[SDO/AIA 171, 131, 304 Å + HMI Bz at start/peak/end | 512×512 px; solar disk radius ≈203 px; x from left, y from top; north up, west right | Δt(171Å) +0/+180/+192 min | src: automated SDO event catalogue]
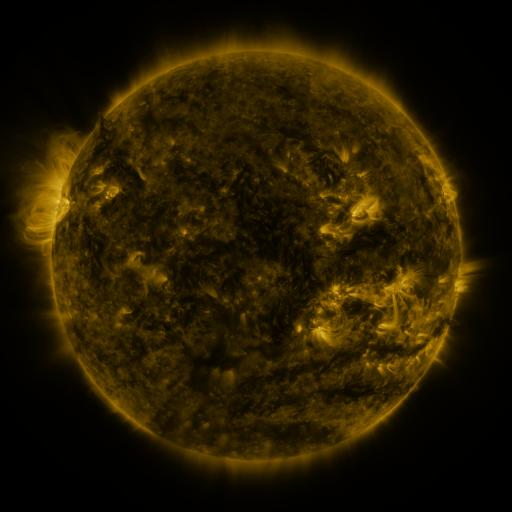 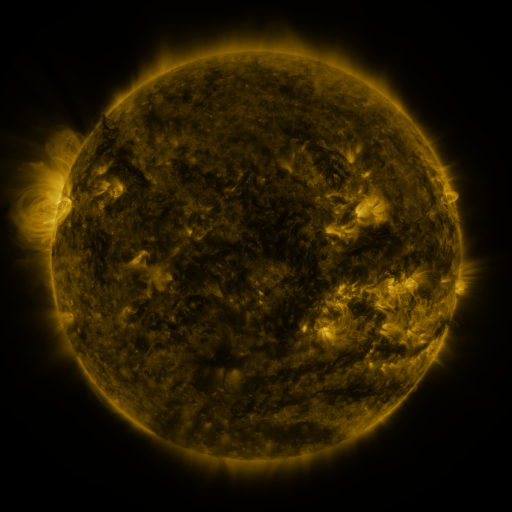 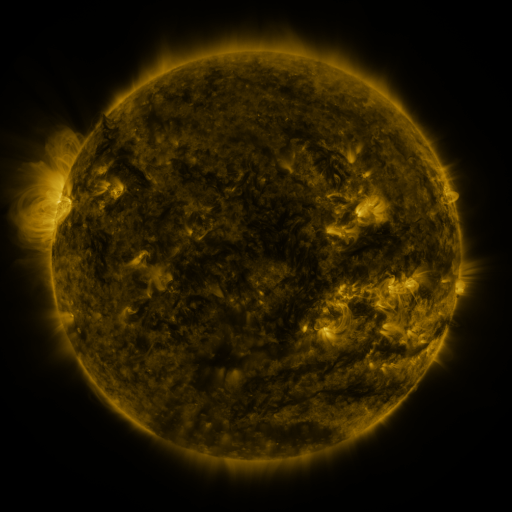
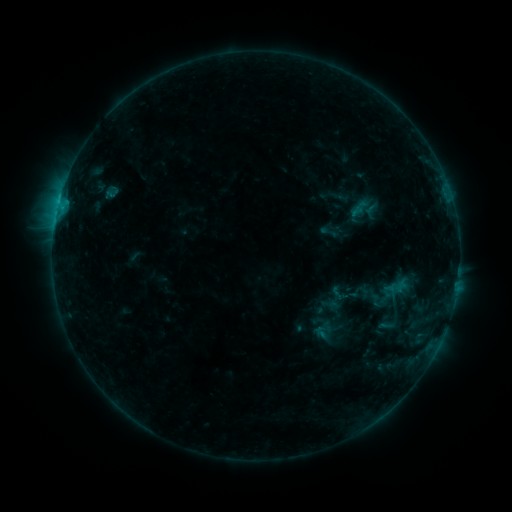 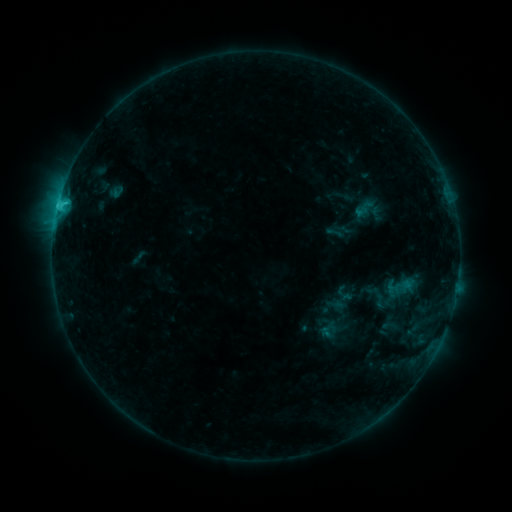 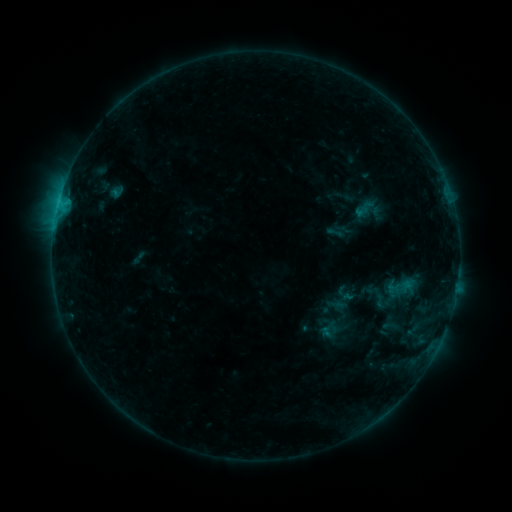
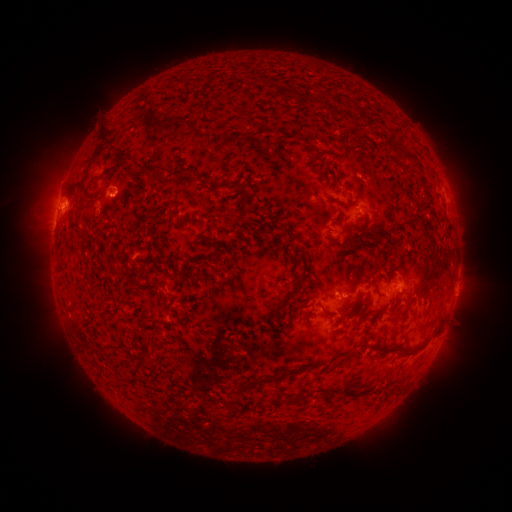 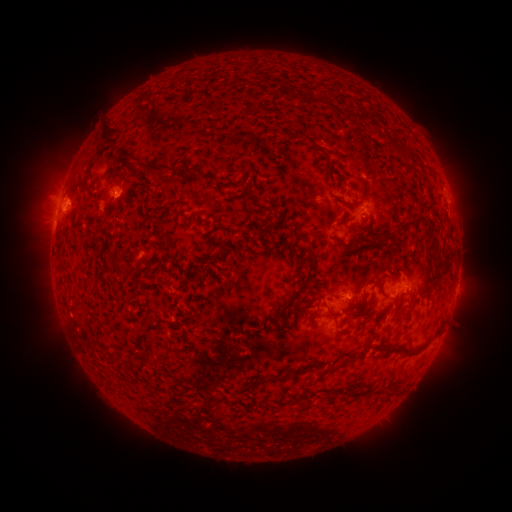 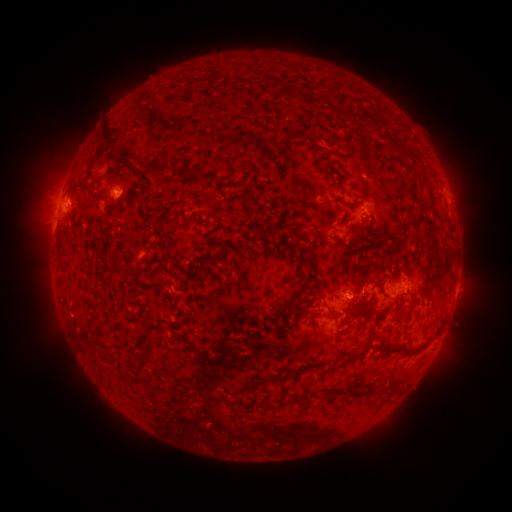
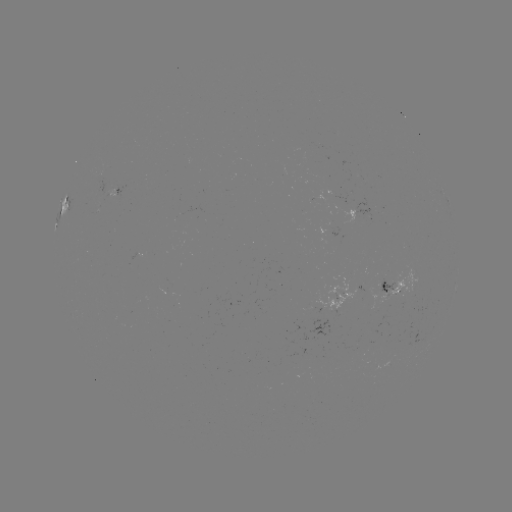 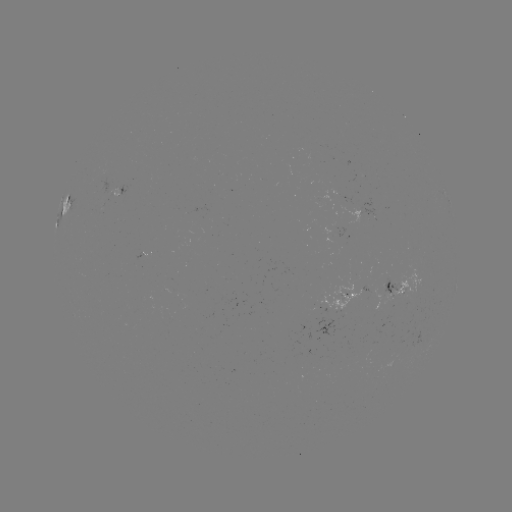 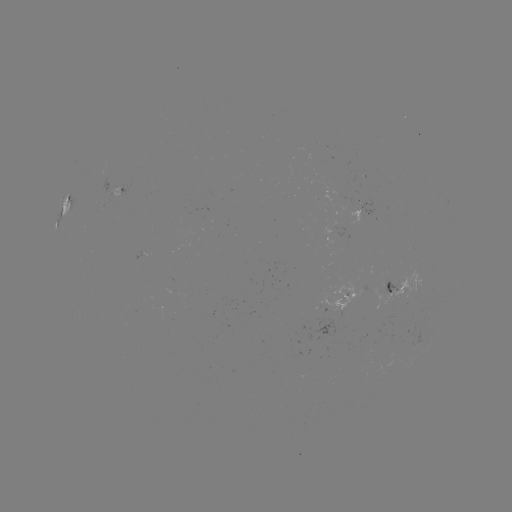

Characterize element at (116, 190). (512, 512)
emerging-flux region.